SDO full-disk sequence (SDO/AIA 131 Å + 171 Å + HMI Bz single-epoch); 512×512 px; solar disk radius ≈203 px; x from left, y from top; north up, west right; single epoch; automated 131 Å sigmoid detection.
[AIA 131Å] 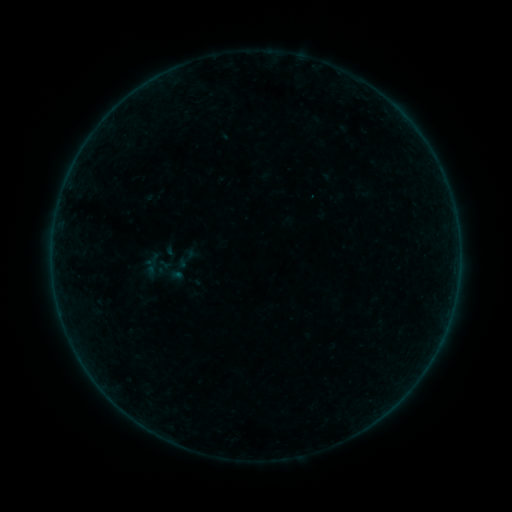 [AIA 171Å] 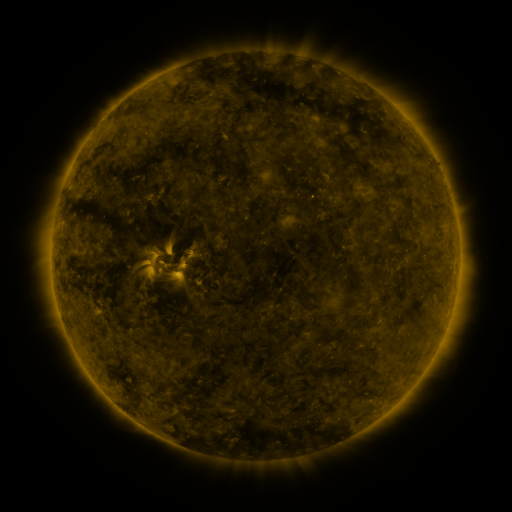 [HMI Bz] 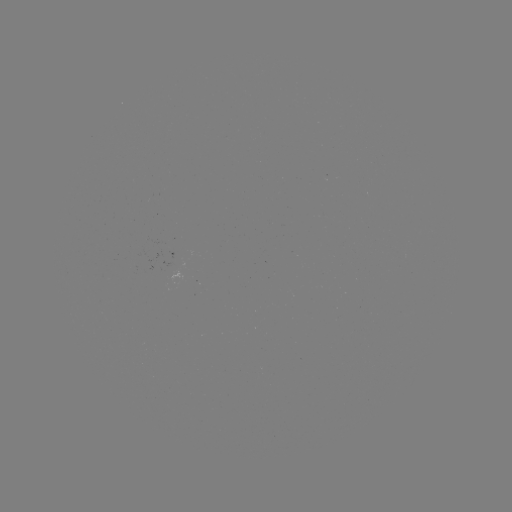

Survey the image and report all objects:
sigmoid: <bbox>133, 247, 186, 293</bbox>
